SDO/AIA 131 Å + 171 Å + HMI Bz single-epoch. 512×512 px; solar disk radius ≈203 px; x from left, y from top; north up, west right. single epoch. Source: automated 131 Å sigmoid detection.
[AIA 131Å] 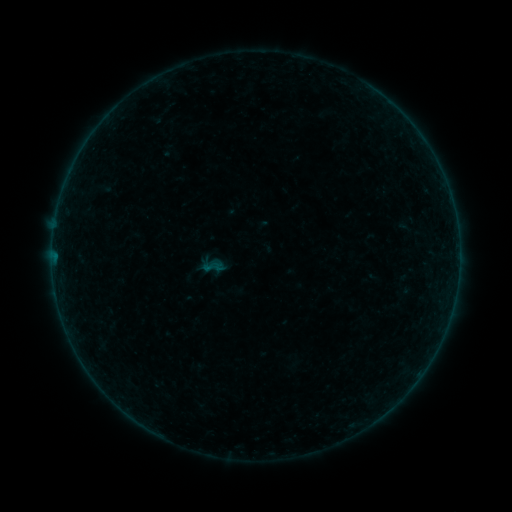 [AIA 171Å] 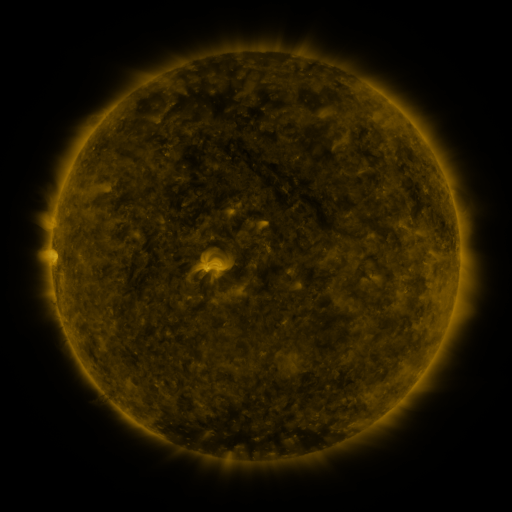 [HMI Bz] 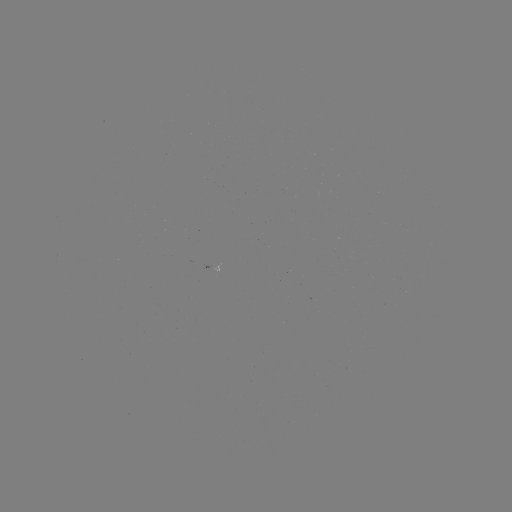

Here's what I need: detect sigmoid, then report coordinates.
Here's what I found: sigmoid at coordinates [213, 267].